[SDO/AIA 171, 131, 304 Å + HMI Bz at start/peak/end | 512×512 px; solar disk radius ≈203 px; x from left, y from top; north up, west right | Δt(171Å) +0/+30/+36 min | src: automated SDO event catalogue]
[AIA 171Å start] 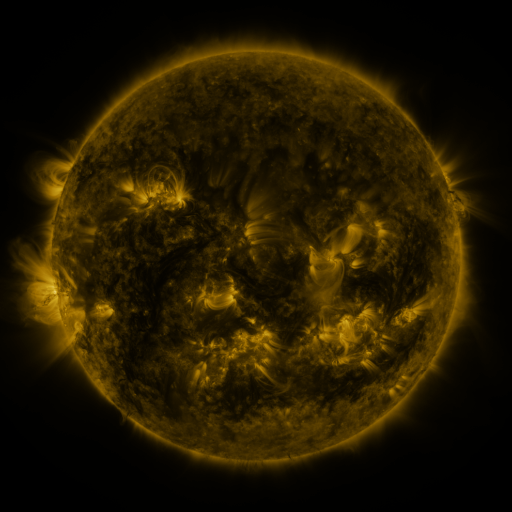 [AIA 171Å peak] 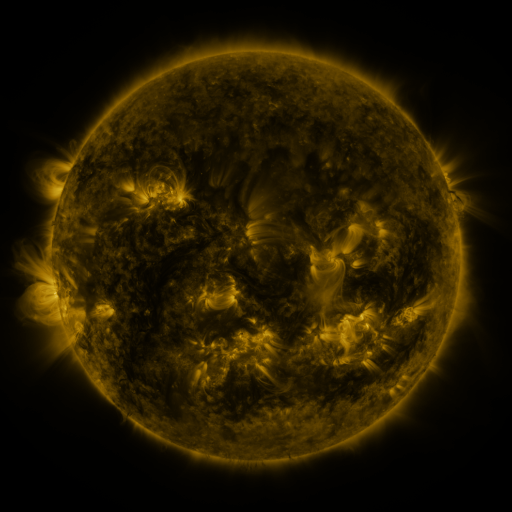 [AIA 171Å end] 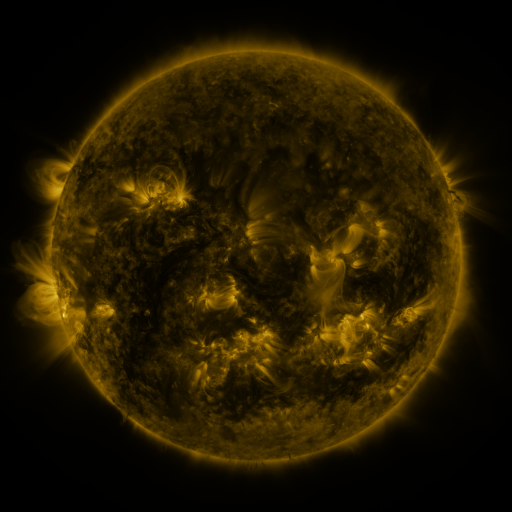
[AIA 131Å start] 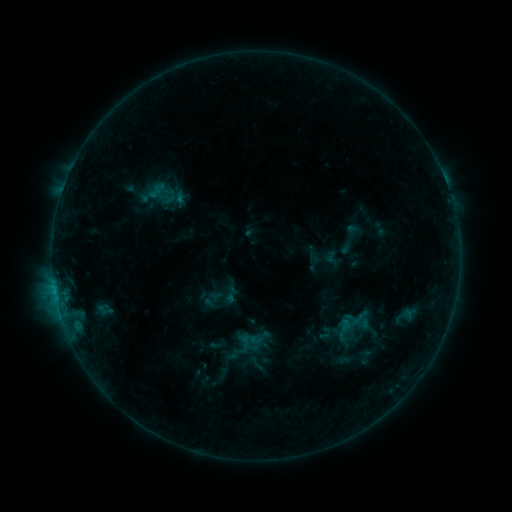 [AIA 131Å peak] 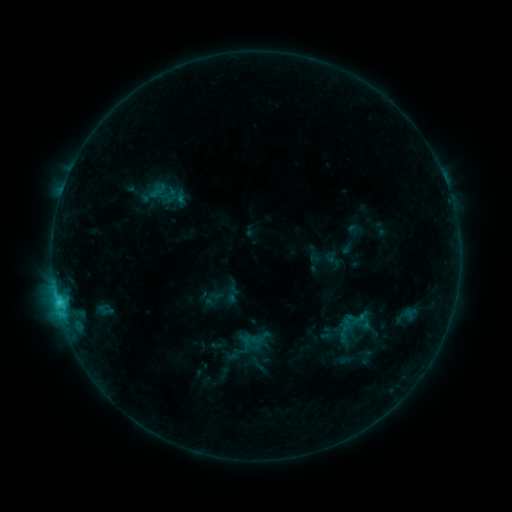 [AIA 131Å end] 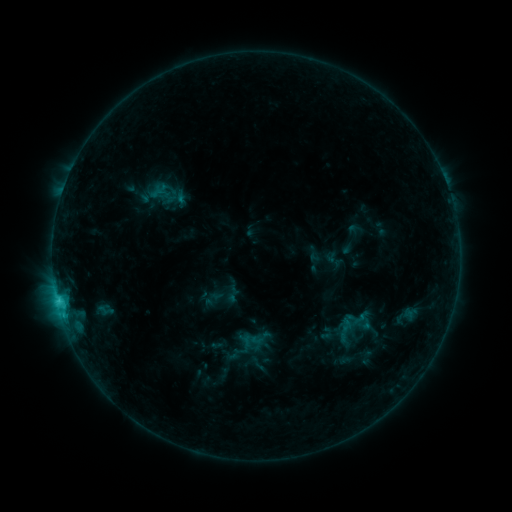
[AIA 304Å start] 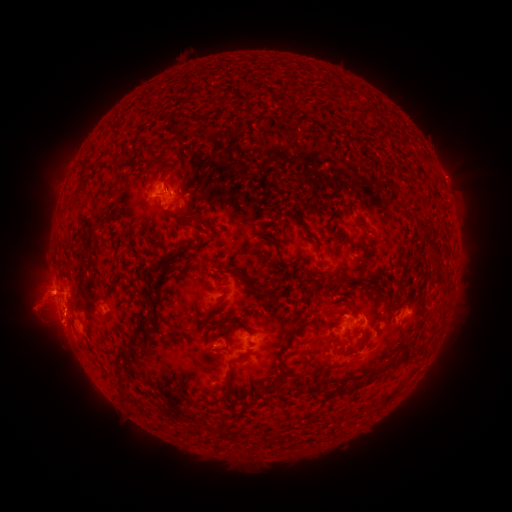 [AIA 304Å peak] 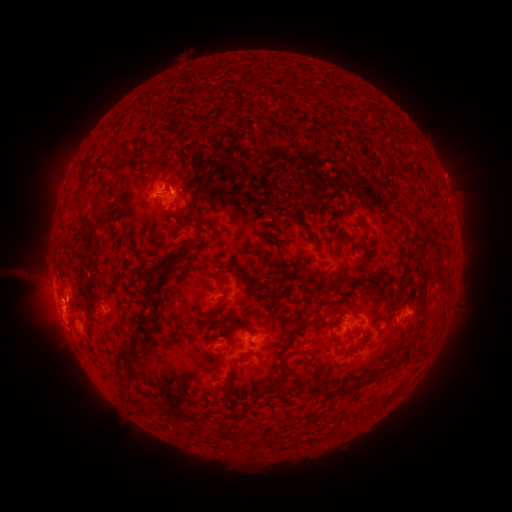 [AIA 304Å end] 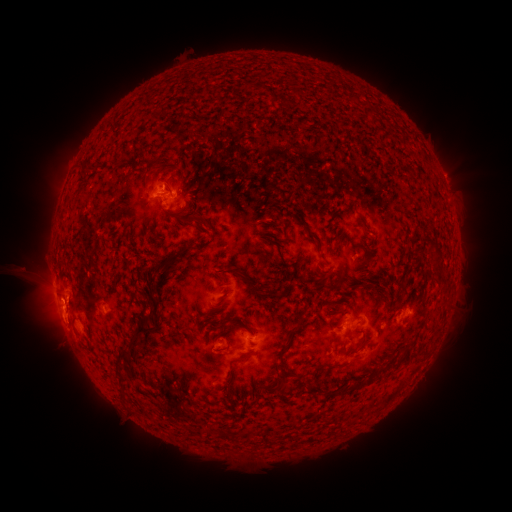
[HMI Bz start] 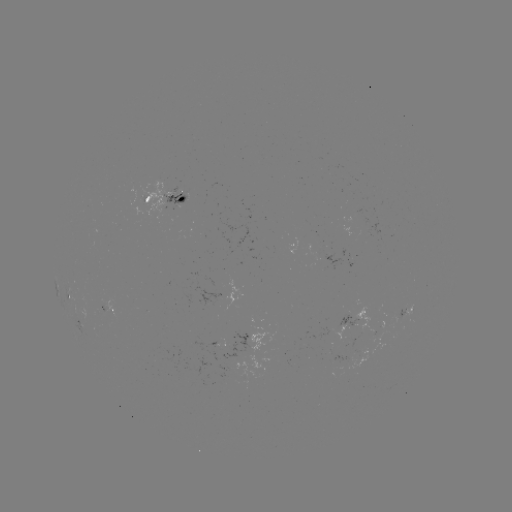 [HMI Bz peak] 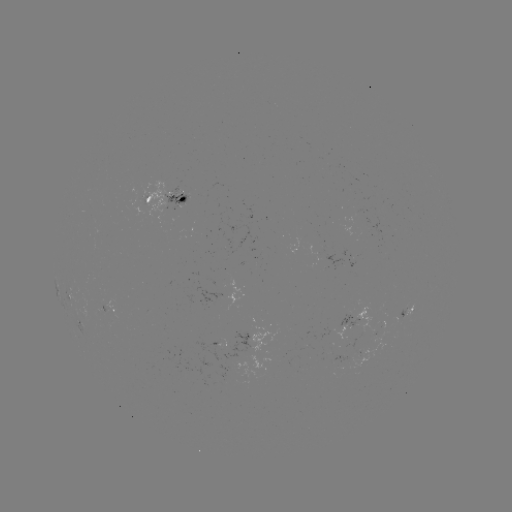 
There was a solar flare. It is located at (59, 300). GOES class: C2.3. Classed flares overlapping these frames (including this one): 1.